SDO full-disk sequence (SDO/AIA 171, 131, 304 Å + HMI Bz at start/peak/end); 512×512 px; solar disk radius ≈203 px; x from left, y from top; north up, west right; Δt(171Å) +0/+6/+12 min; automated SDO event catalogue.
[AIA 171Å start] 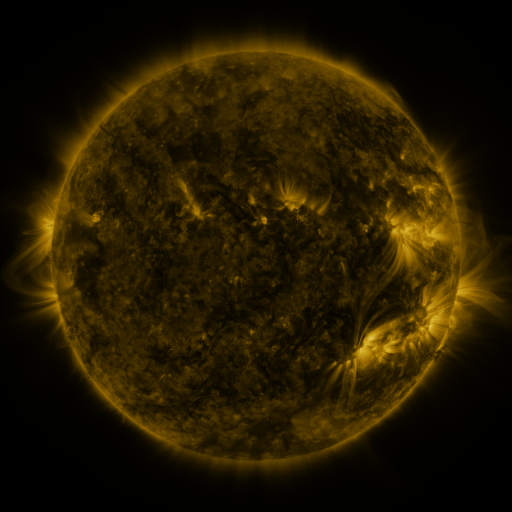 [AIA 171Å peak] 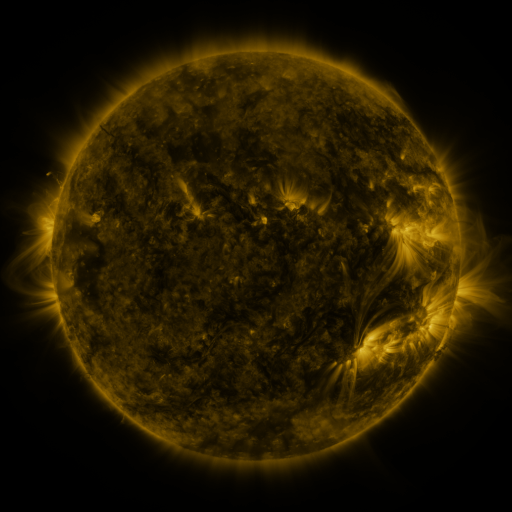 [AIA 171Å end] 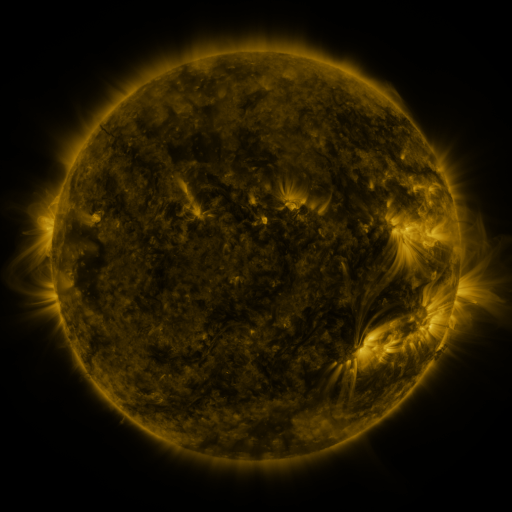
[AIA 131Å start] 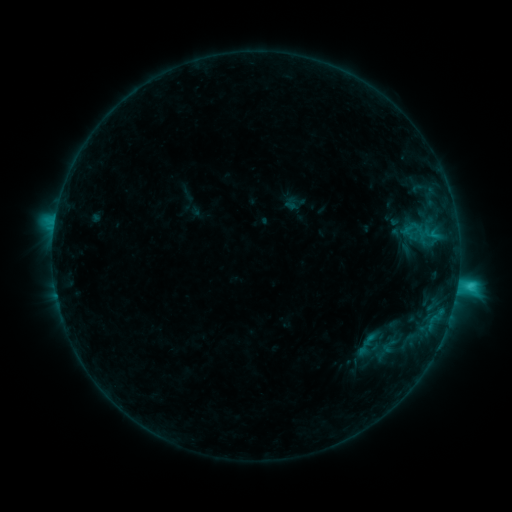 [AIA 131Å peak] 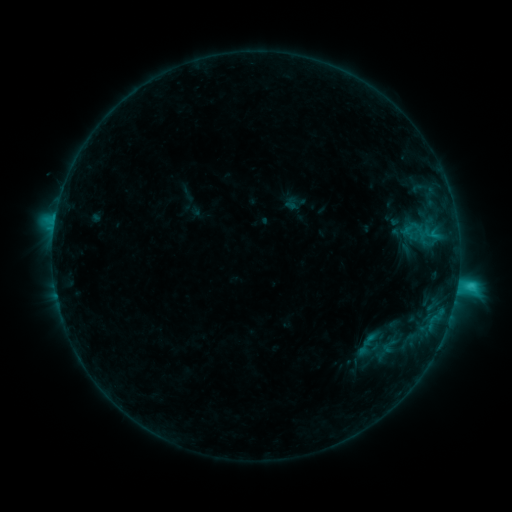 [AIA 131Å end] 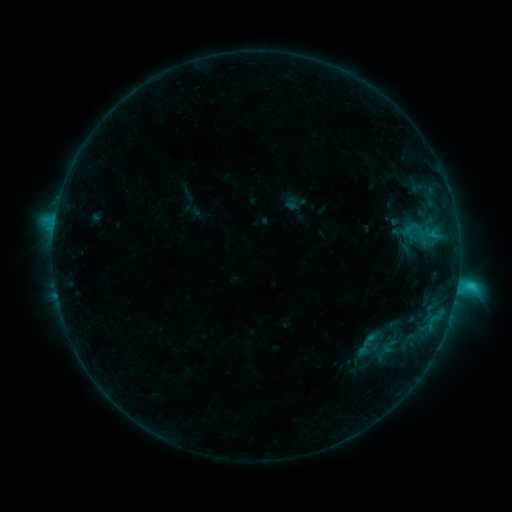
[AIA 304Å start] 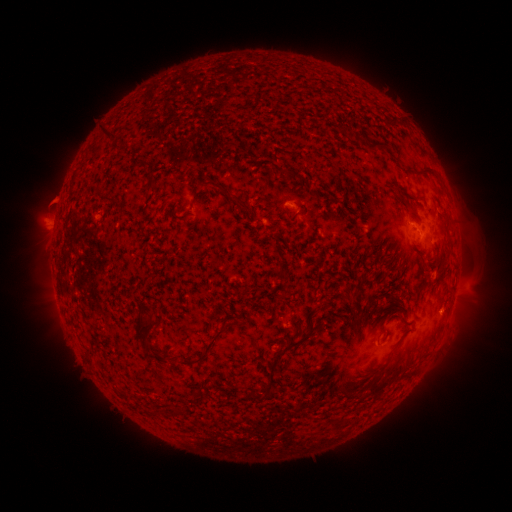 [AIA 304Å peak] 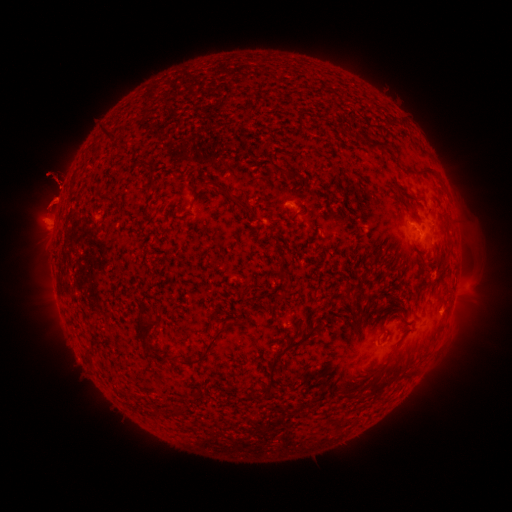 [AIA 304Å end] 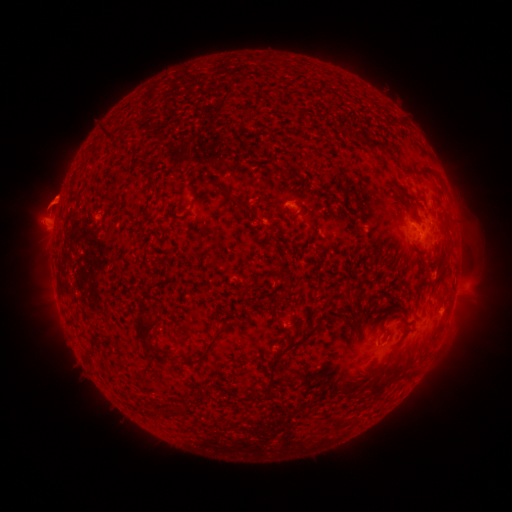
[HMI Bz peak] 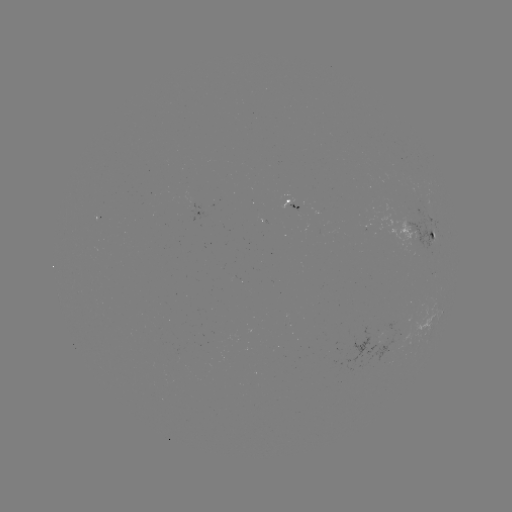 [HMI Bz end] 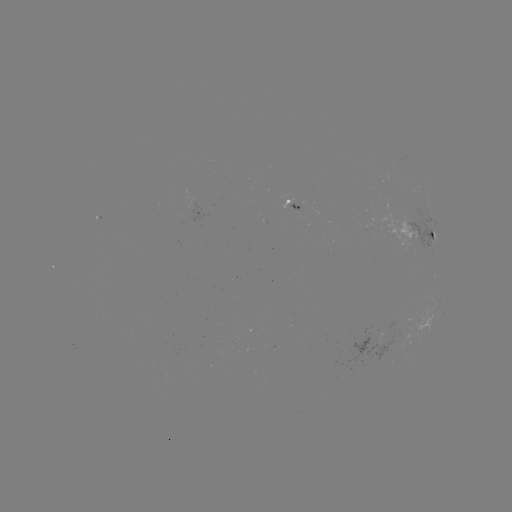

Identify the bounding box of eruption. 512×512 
[29, 153, 86, 218].